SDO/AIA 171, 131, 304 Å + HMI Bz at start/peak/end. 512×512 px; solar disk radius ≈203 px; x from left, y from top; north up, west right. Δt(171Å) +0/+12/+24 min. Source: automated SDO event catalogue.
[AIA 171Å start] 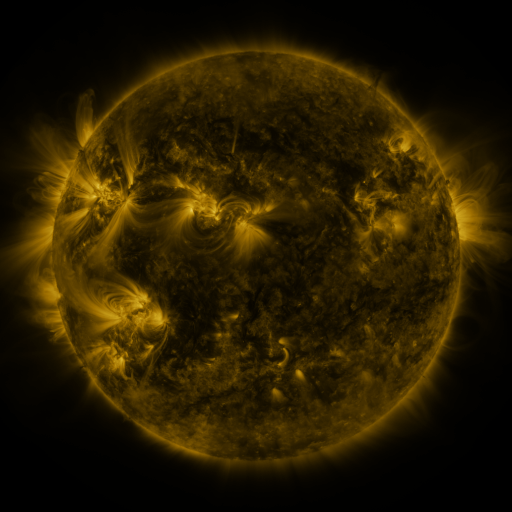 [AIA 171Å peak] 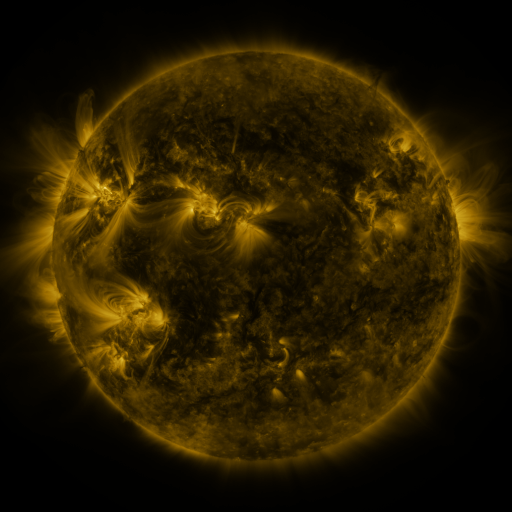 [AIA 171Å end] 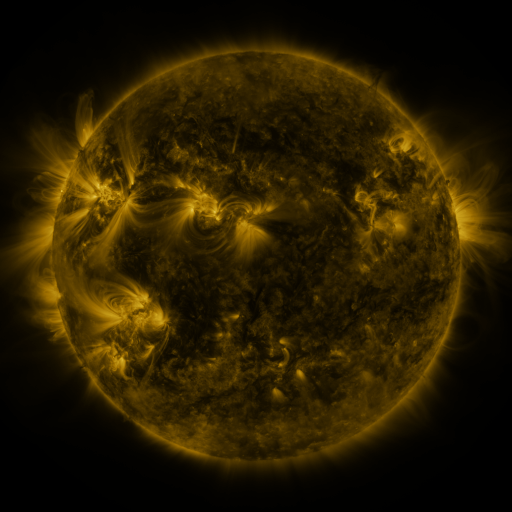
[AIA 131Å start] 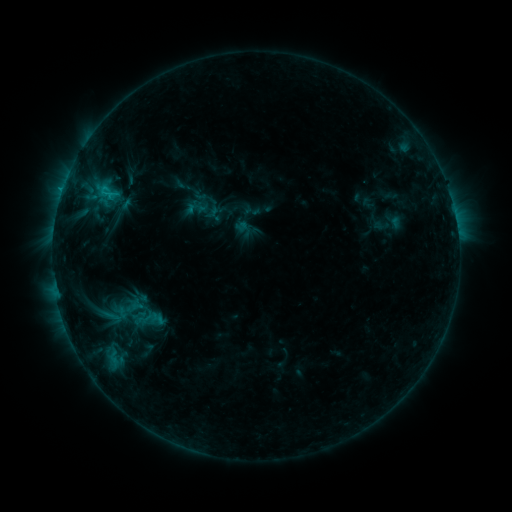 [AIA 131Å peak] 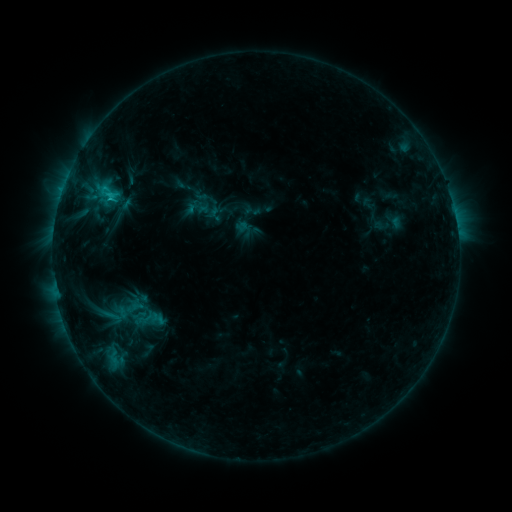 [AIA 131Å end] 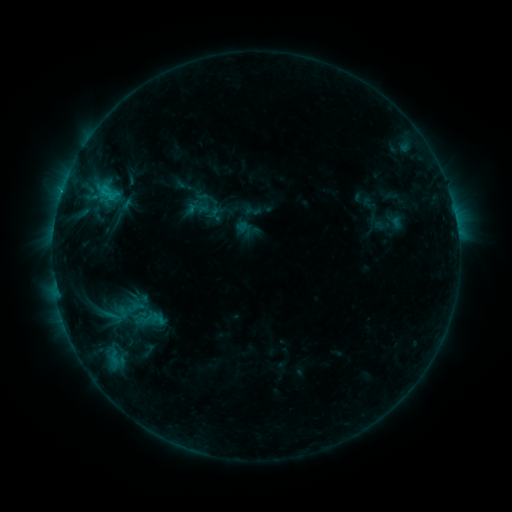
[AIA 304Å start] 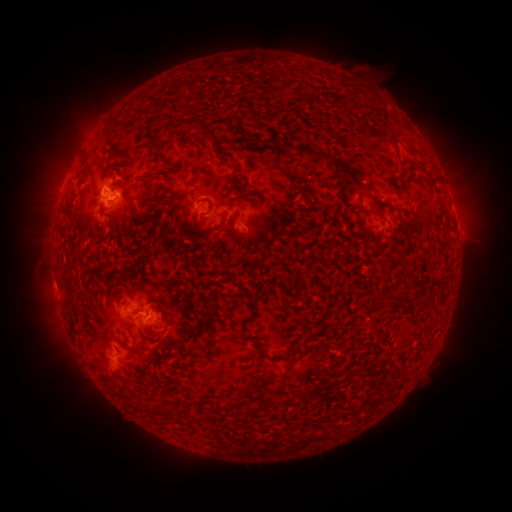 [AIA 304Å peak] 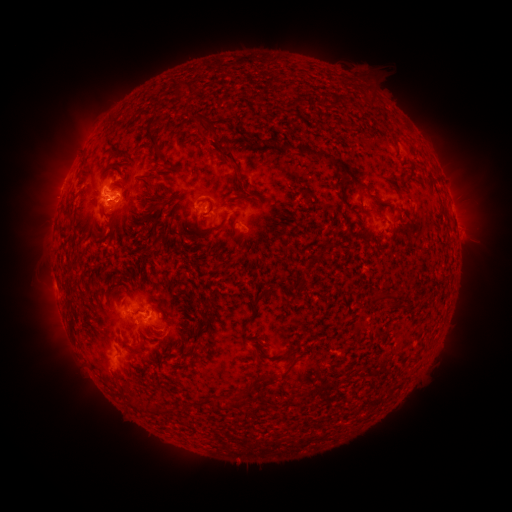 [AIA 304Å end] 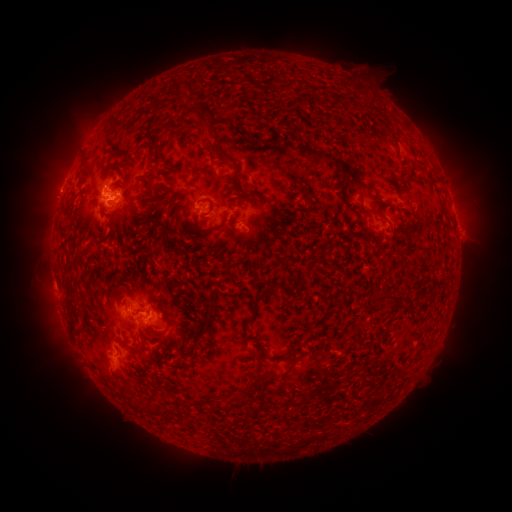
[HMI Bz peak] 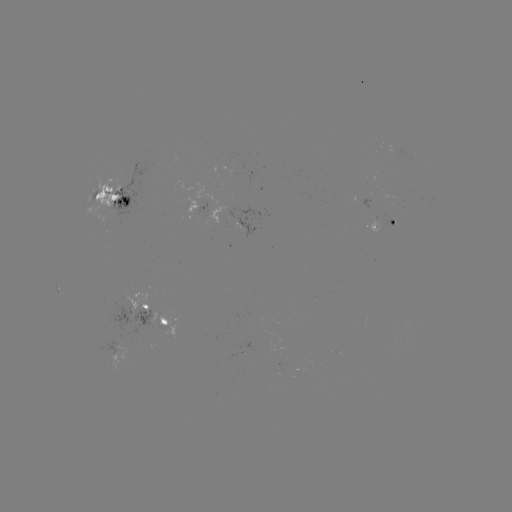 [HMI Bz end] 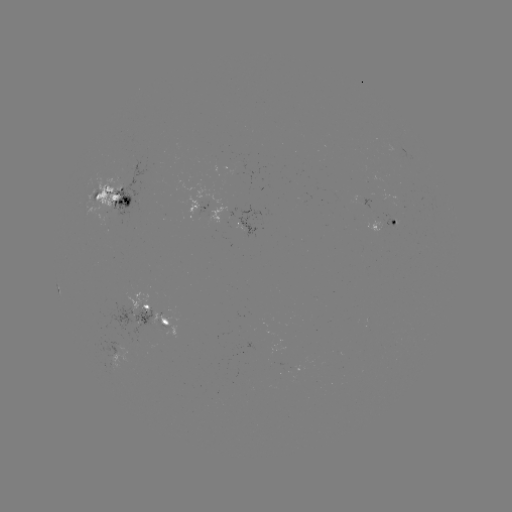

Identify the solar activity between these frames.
eruption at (211, 139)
